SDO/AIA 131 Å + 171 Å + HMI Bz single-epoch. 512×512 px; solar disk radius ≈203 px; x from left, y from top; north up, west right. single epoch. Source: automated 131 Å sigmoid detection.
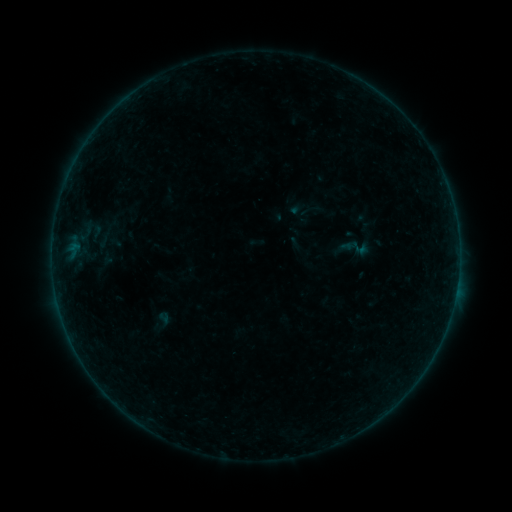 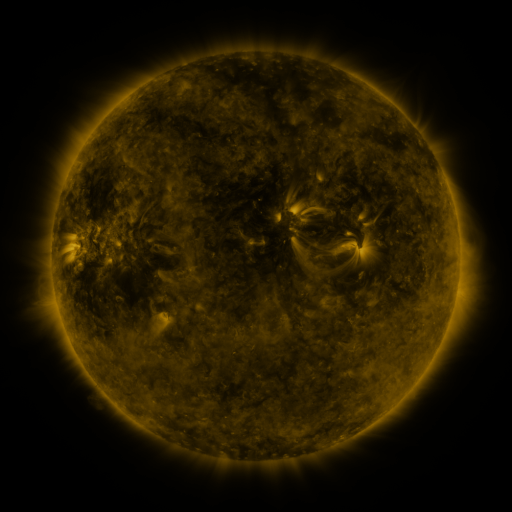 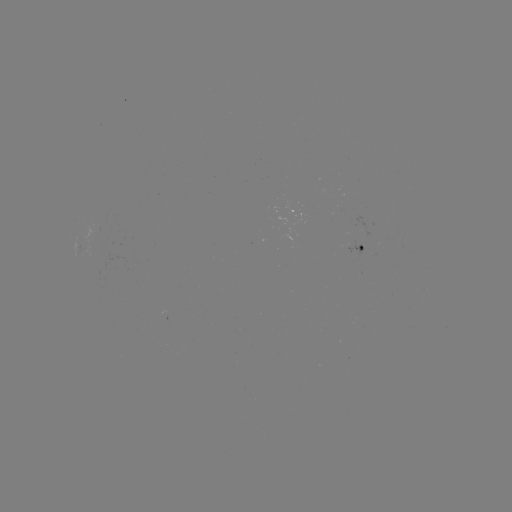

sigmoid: <bbox>335, 230, 375, 266</bbox>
